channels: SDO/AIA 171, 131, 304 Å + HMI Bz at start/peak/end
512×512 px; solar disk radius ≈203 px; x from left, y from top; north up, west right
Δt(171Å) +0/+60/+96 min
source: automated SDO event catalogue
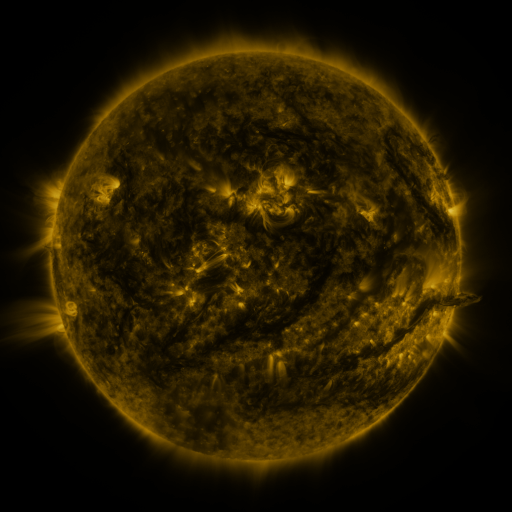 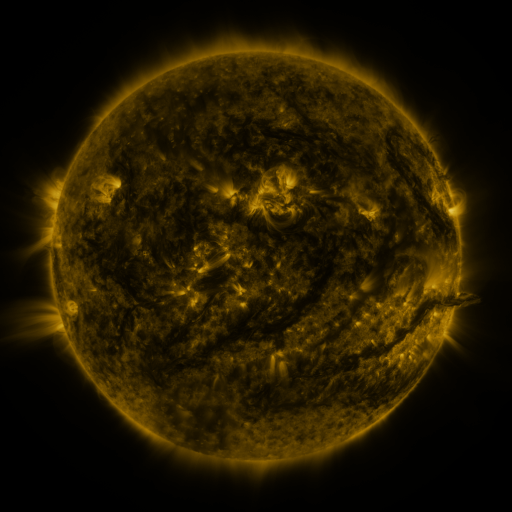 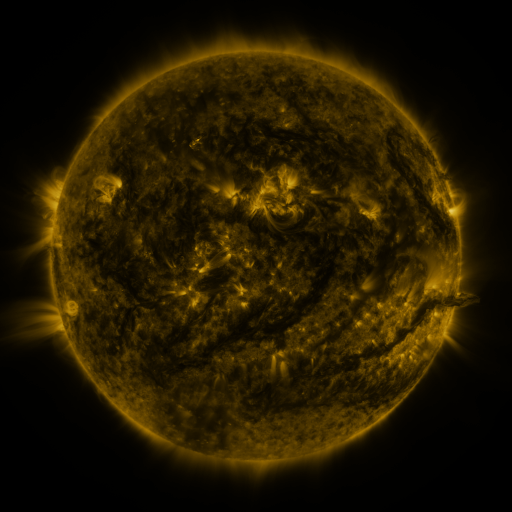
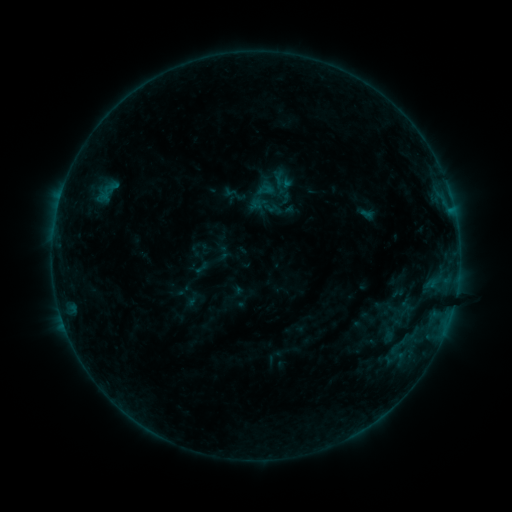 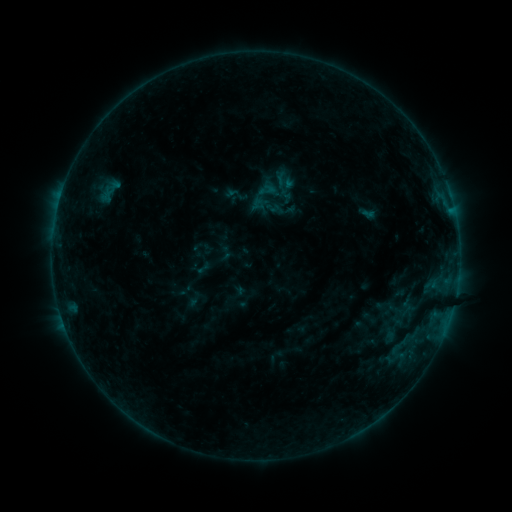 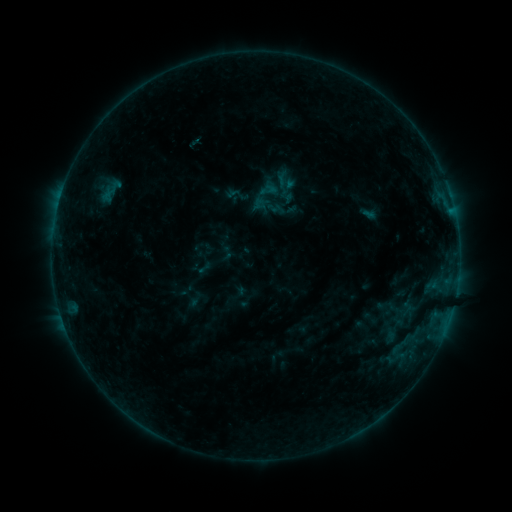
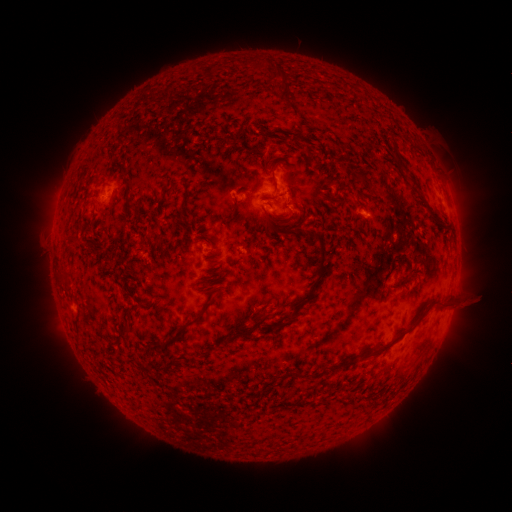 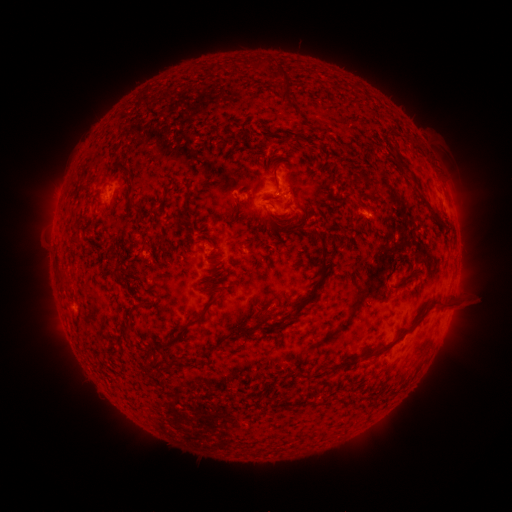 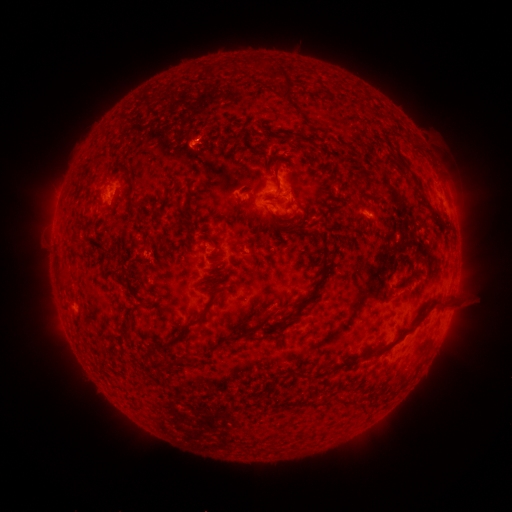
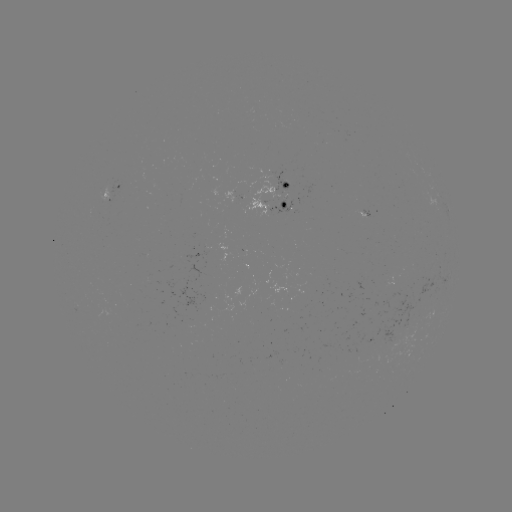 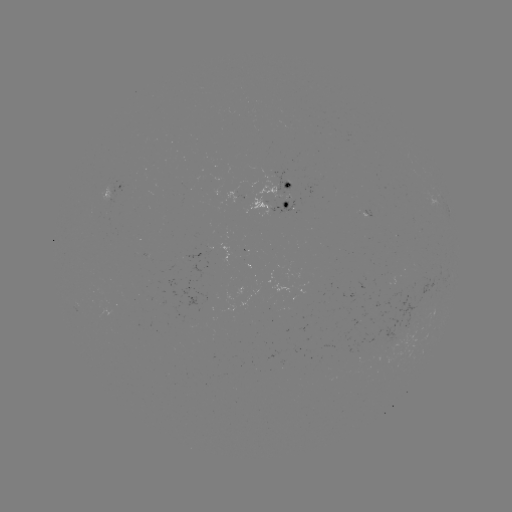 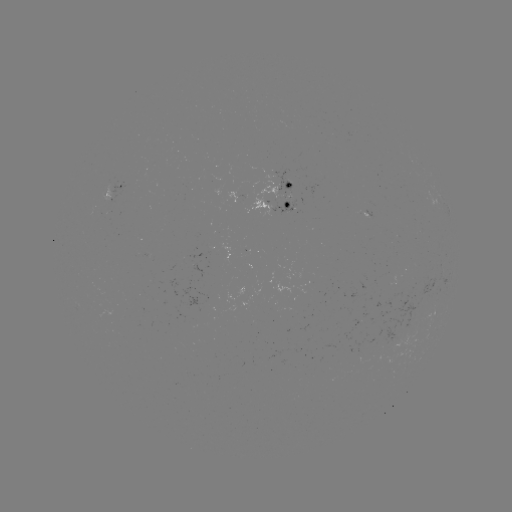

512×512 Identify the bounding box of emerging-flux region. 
[272, 170, 291, 195].